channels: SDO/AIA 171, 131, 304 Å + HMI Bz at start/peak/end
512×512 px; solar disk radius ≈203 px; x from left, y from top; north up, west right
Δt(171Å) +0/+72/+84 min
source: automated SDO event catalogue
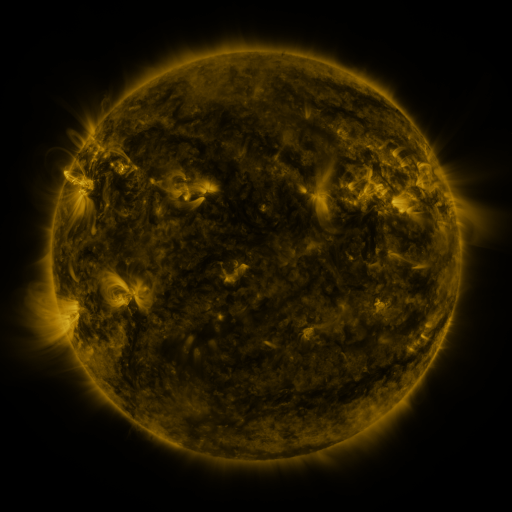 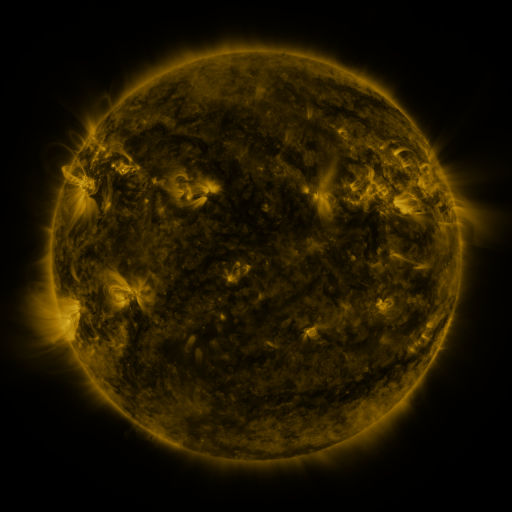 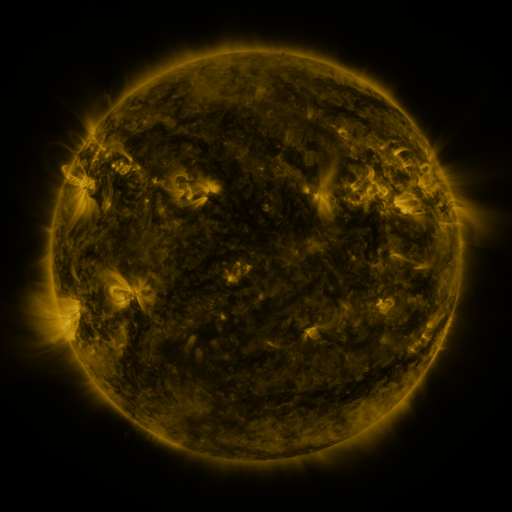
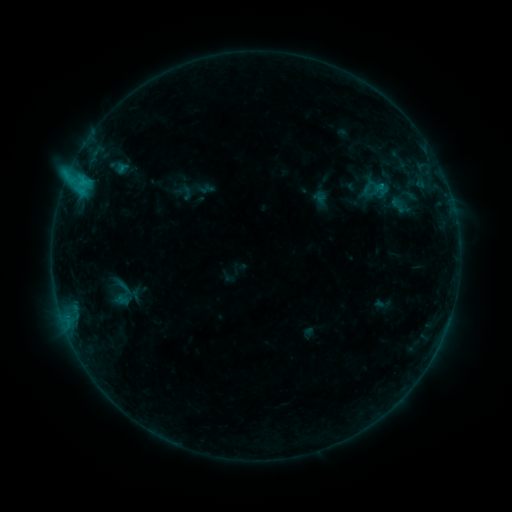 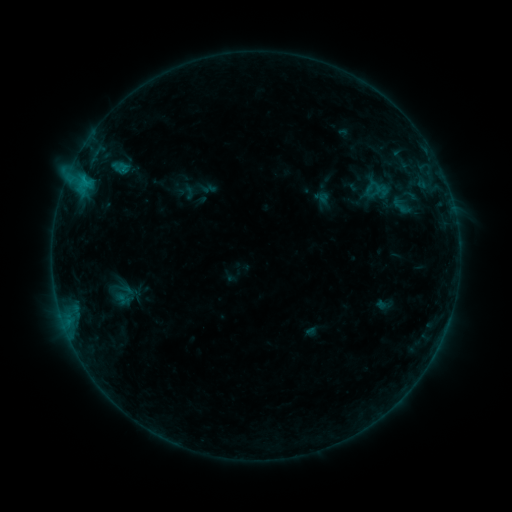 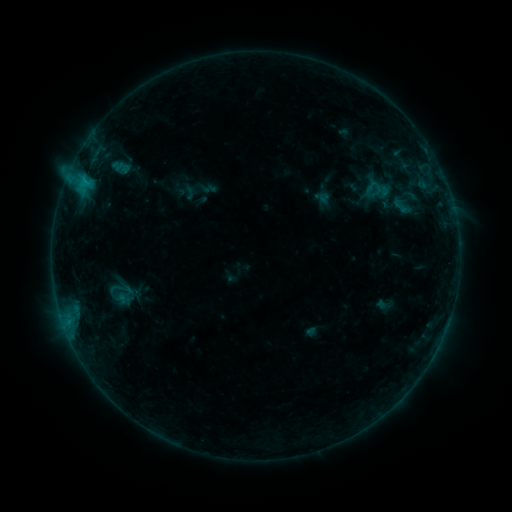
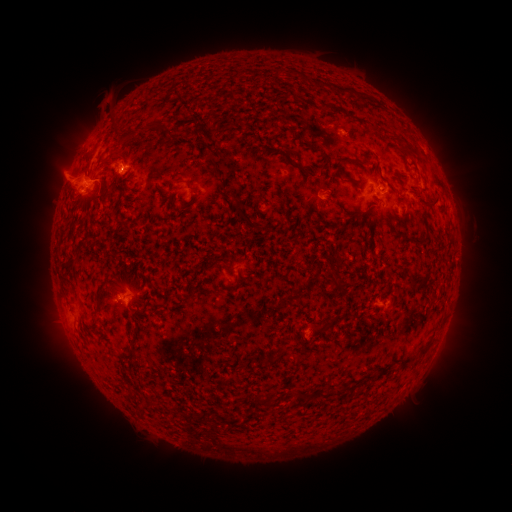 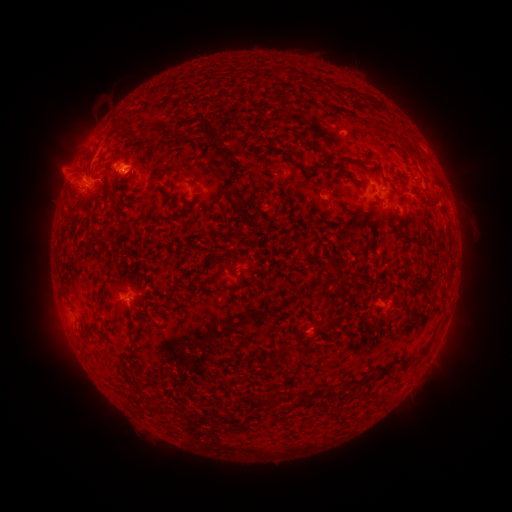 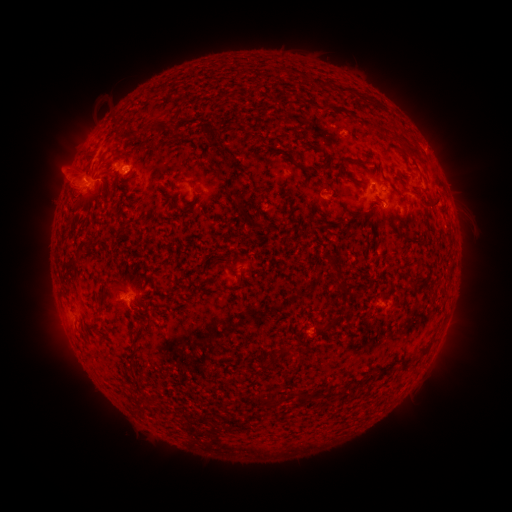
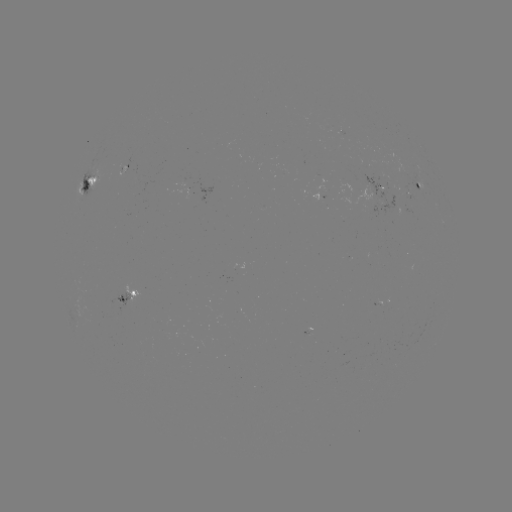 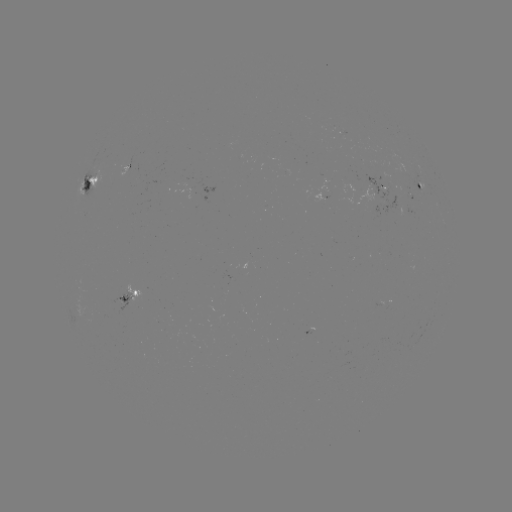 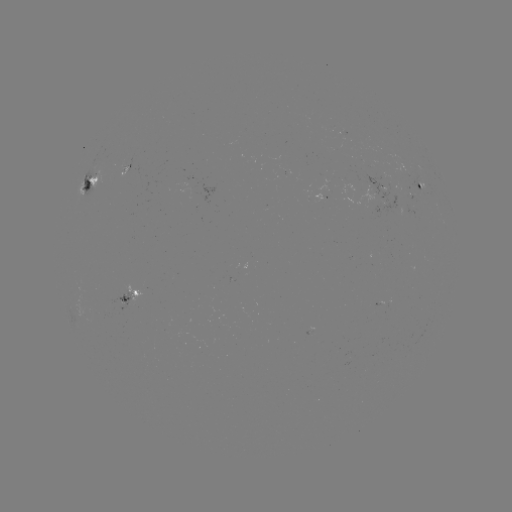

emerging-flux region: [119, 165, 128, 176]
